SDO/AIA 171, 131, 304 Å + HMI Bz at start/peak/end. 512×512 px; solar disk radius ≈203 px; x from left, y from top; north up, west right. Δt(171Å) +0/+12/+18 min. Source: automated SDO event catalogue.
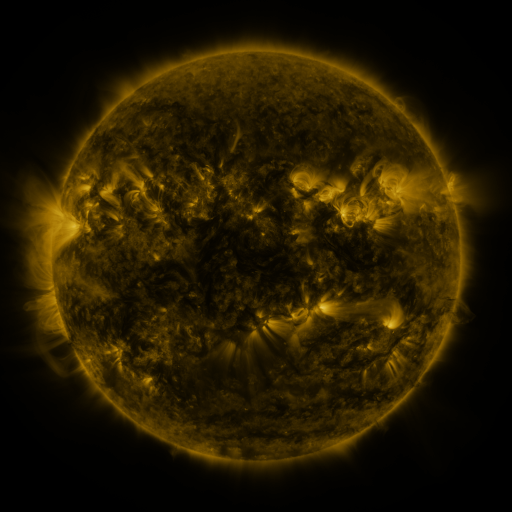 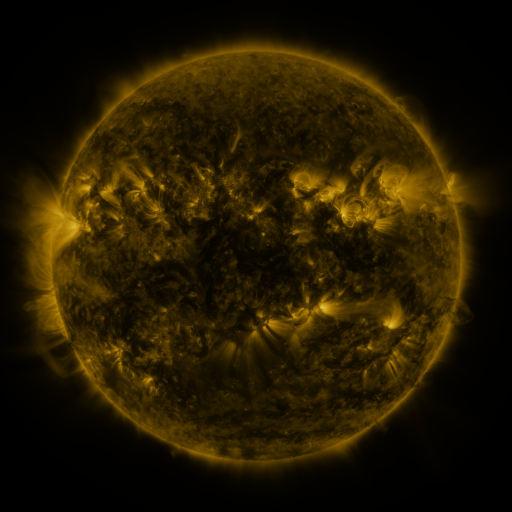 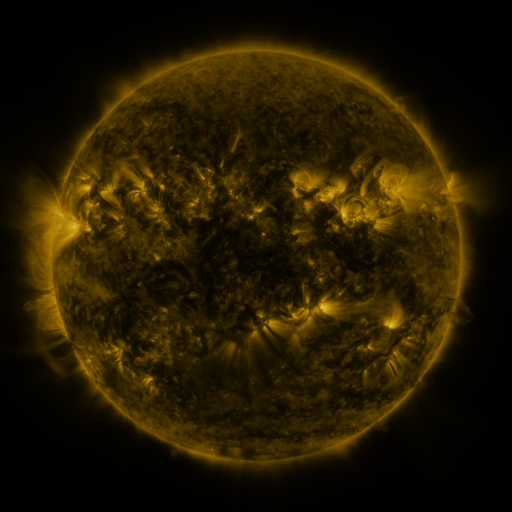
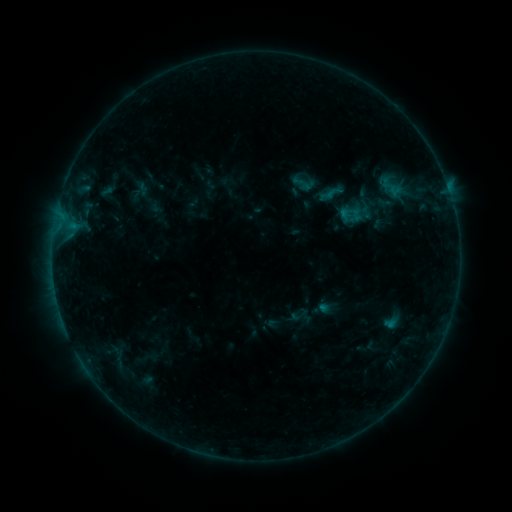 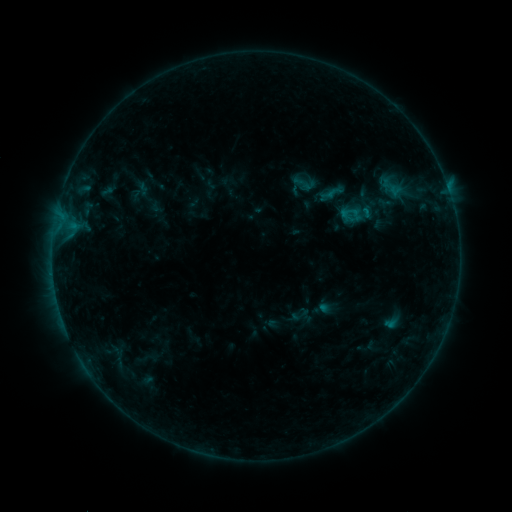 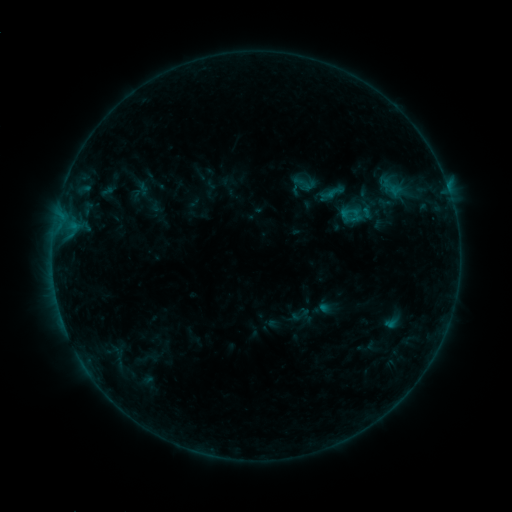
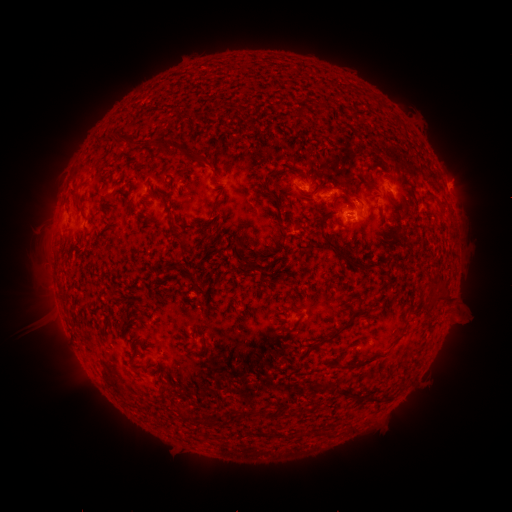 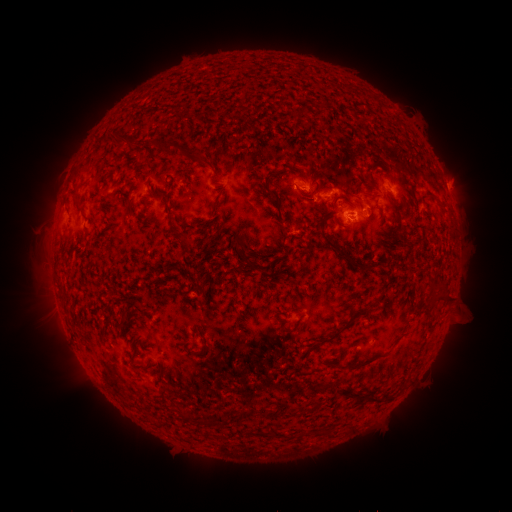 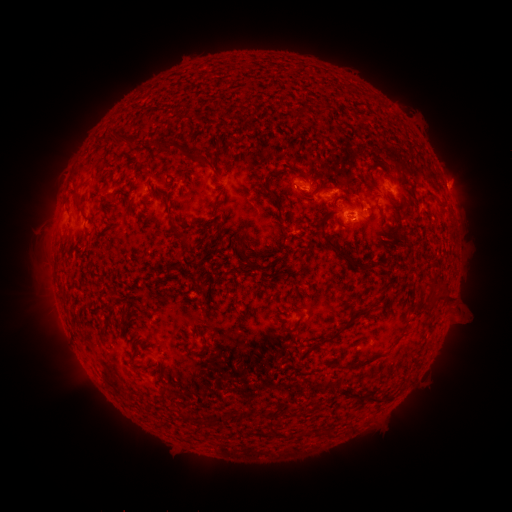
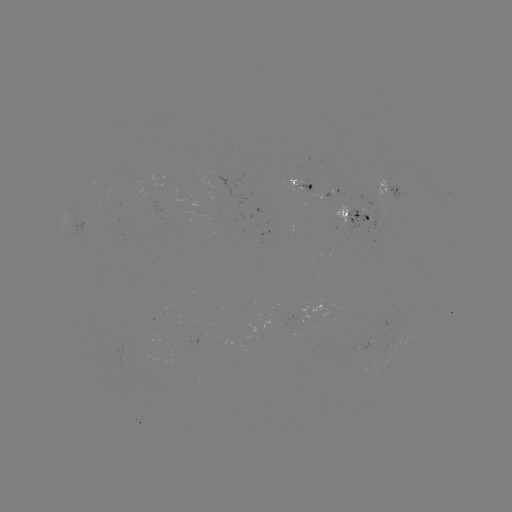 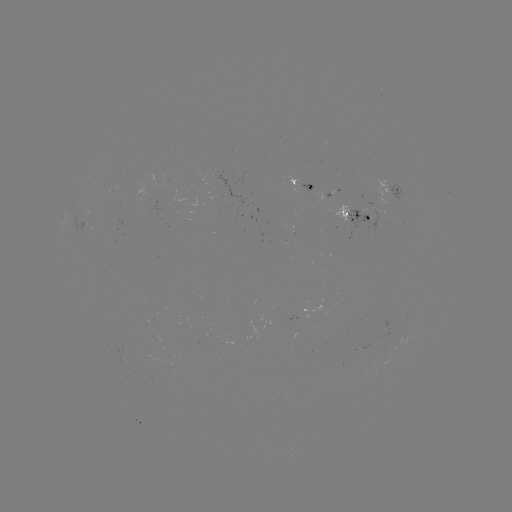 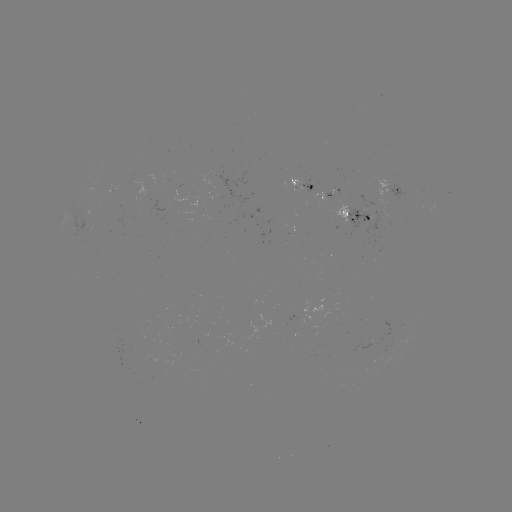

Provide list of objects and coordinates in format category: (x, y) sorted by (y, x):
B4.5 flare: (364, 211)
